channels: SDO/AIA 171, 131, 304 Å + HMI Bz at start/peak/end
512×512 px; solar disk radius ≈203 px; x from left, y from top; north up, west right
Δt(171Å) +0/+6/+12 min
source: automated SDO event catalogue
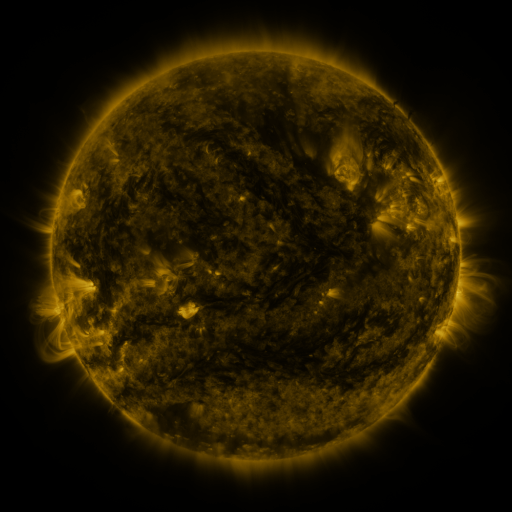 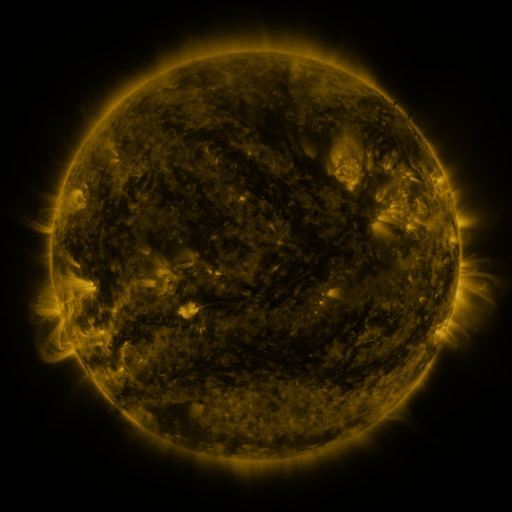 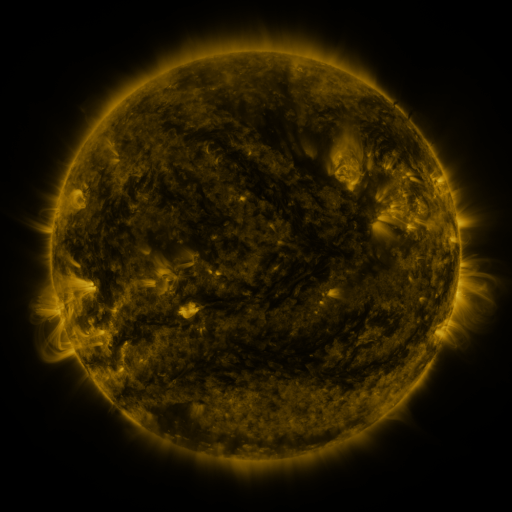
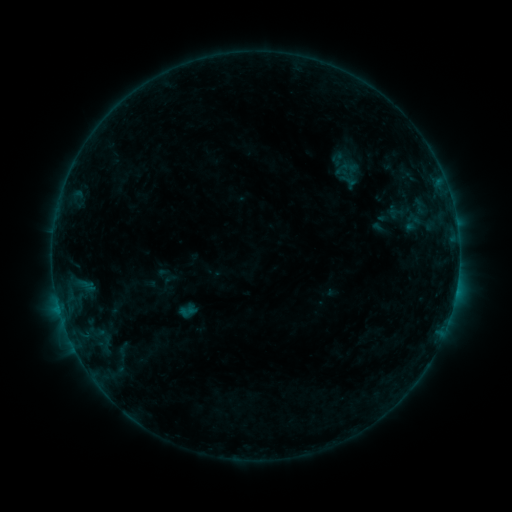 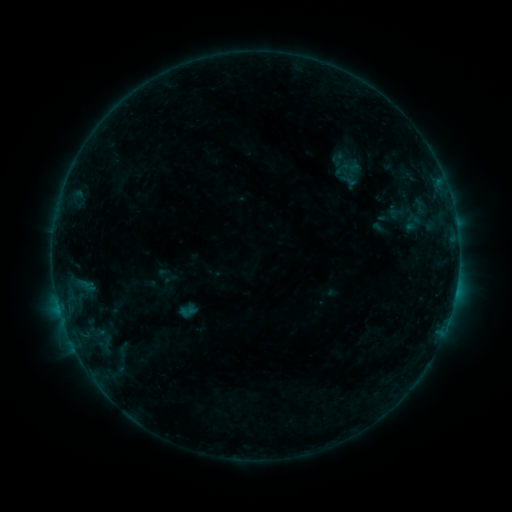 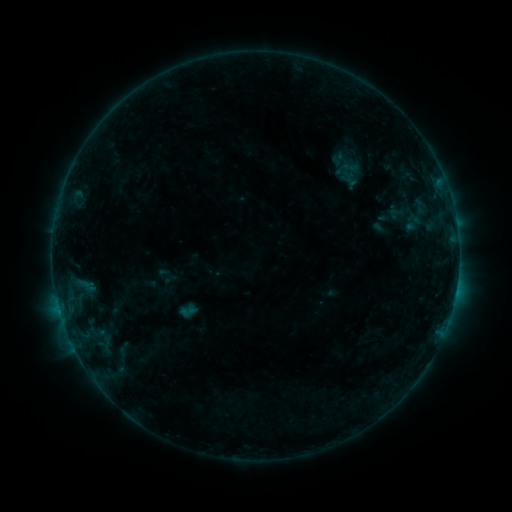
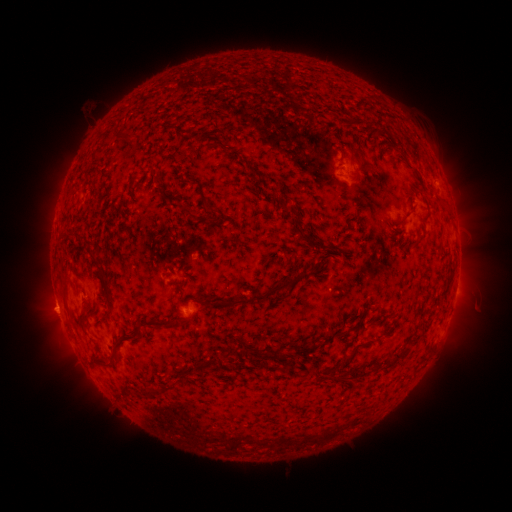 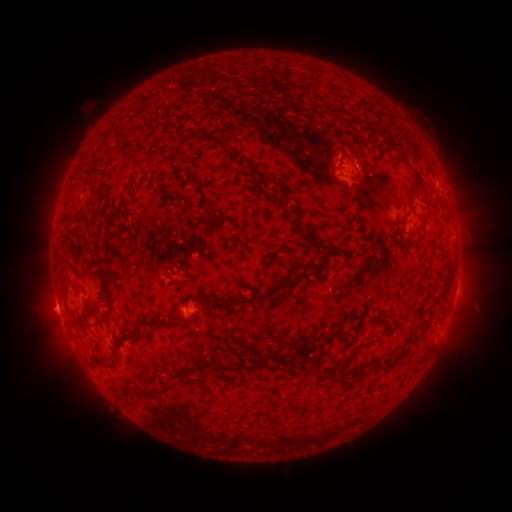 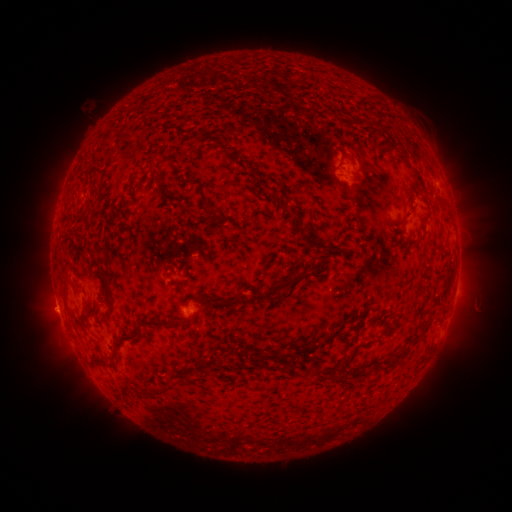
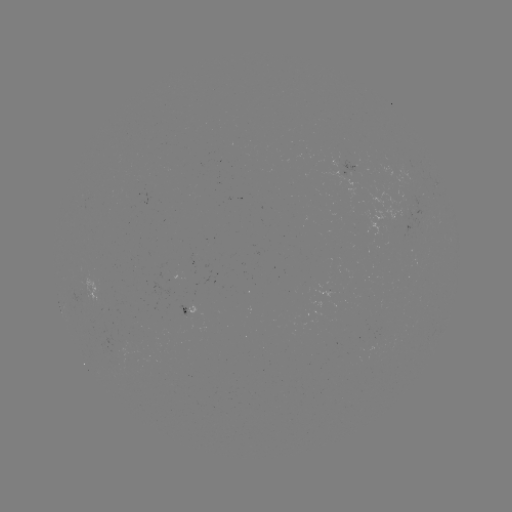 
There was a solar eruption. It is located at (362, 162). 